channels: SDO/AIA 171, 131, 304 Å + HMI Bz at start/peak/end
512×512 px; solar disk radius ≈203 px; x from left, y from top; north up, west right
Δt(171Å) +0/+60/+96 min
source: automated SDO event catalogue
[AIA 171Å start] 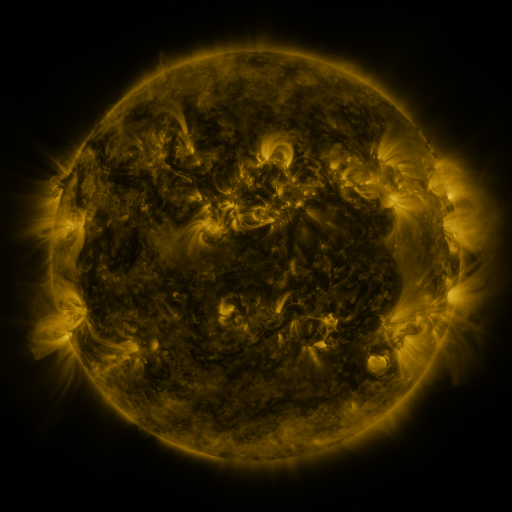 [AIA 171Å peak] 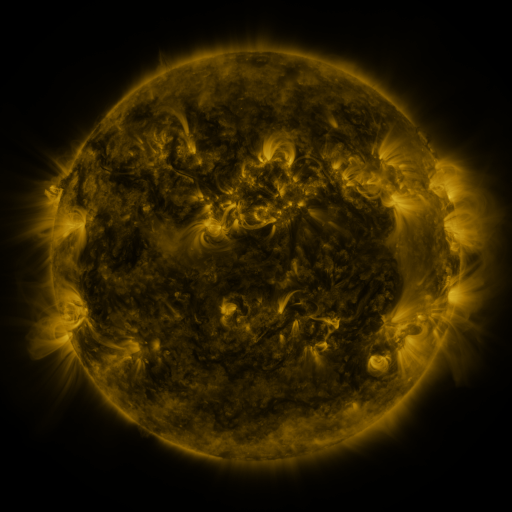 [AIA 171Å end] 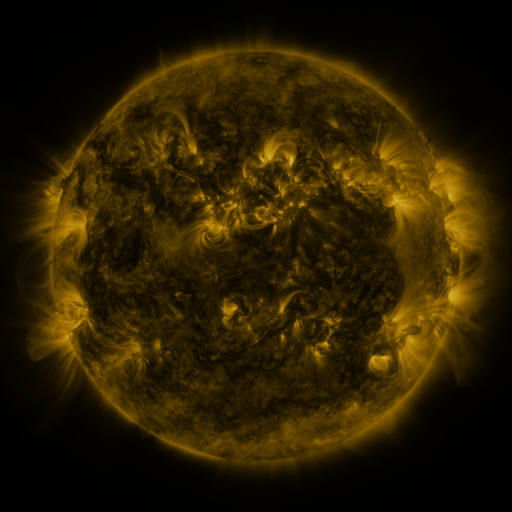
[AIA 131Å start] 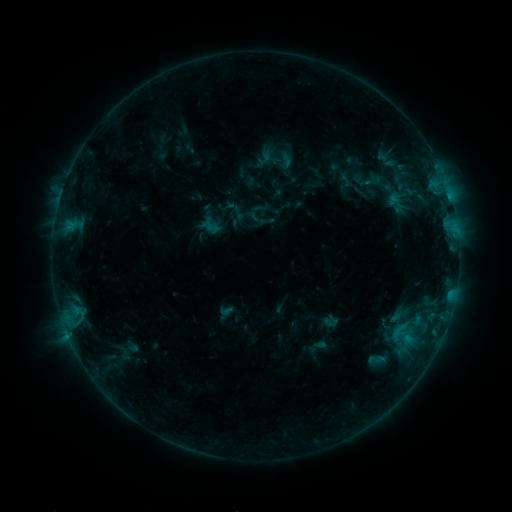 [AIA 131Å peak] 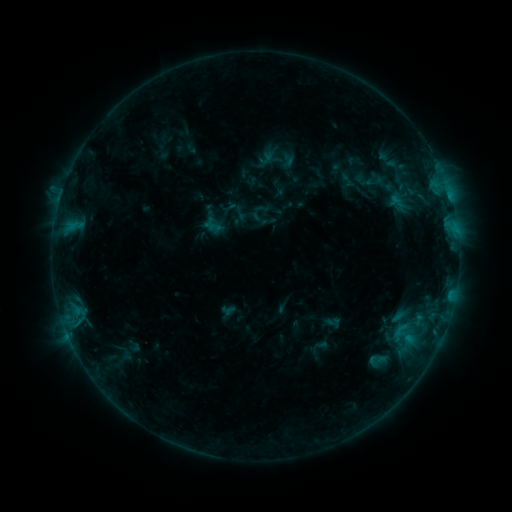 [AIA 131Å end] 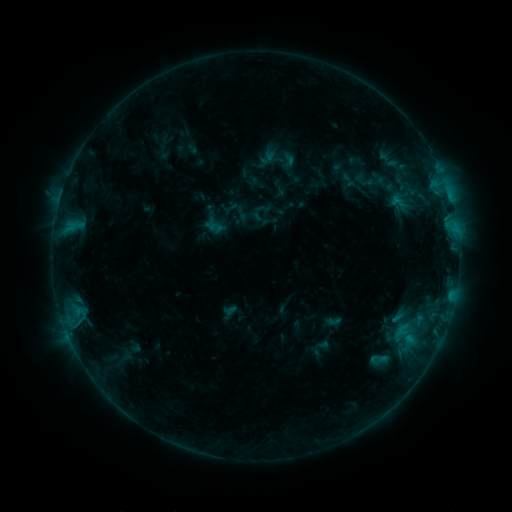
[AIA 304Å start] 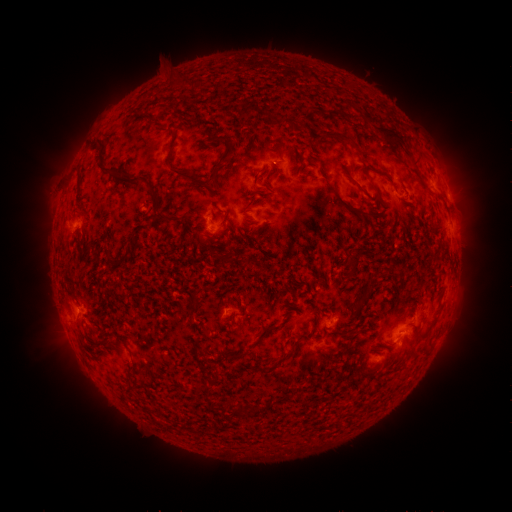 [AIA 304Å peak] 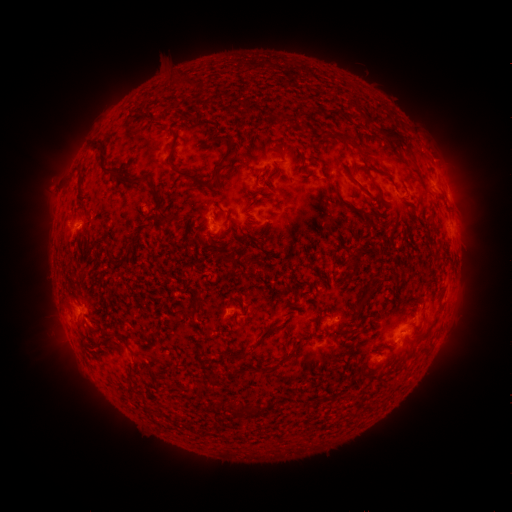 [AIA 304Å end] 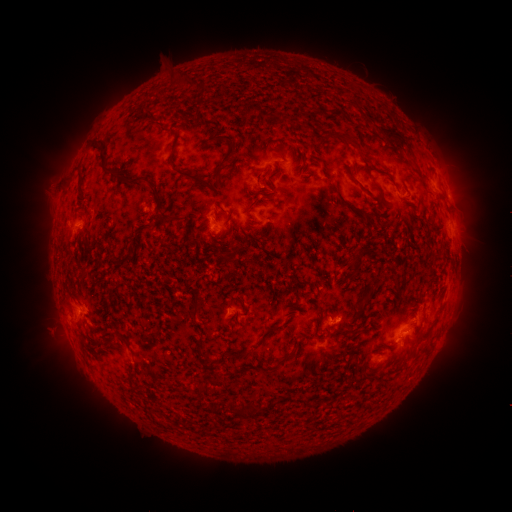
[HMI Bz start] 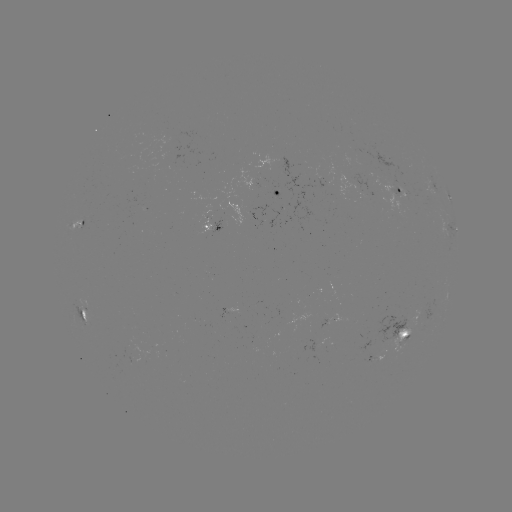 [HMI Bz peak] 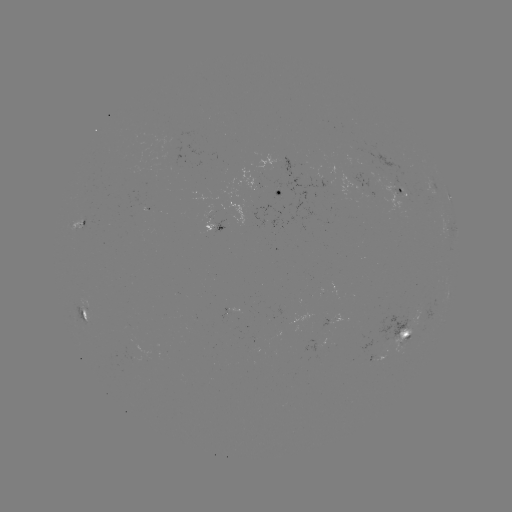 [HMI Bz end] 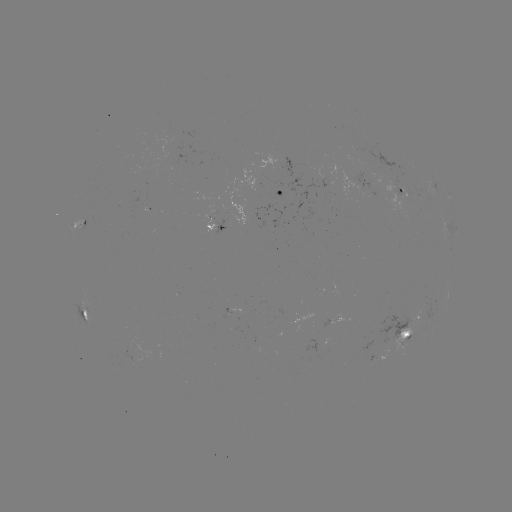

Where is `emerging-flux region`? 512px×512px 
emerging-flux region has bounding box [401, 189, 415, 210].